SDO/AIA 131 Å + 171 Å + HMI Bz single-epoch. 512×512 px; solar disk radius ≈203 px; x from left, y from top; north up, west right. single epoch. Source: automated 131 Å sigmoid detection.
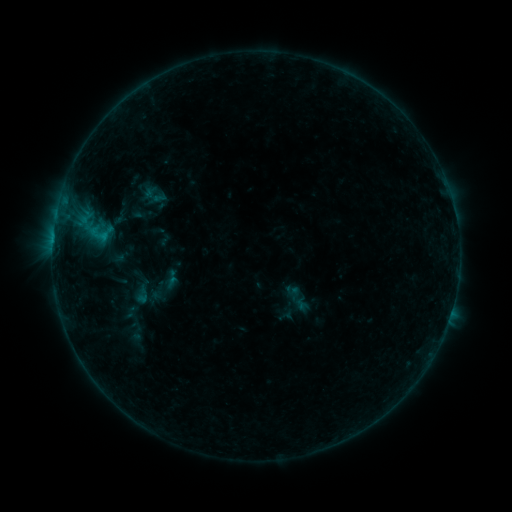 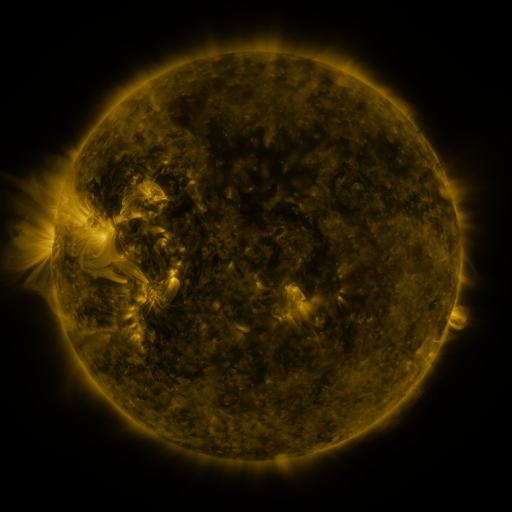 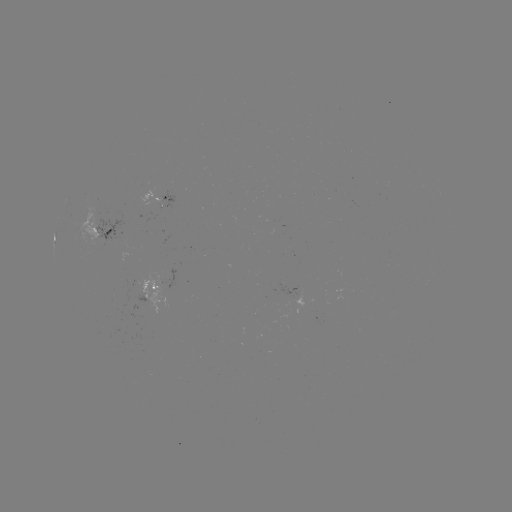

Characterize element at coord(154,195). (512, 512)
sigmoid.